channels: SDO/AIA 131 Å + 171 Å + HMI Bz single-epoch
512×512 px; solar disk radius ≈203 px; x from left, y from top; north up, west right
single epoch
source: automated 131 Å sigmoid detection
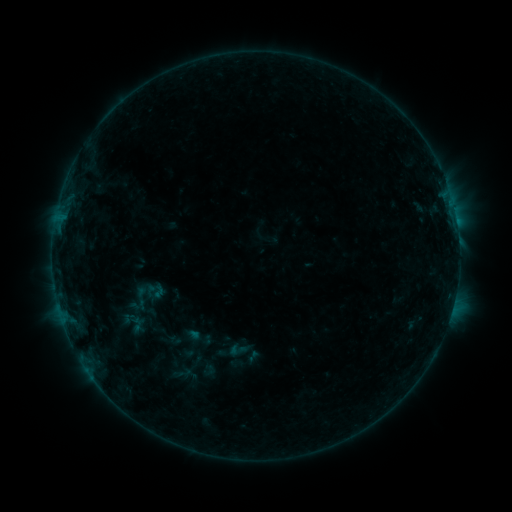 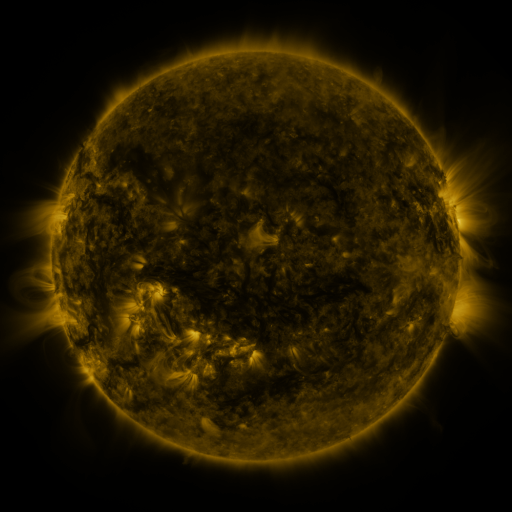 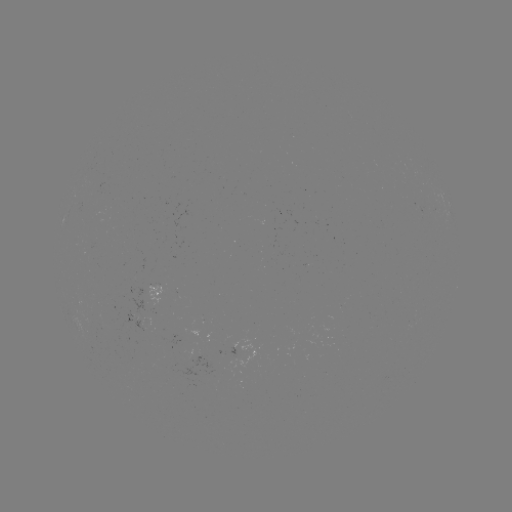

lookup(sigmoid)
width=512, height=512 [237, 350]